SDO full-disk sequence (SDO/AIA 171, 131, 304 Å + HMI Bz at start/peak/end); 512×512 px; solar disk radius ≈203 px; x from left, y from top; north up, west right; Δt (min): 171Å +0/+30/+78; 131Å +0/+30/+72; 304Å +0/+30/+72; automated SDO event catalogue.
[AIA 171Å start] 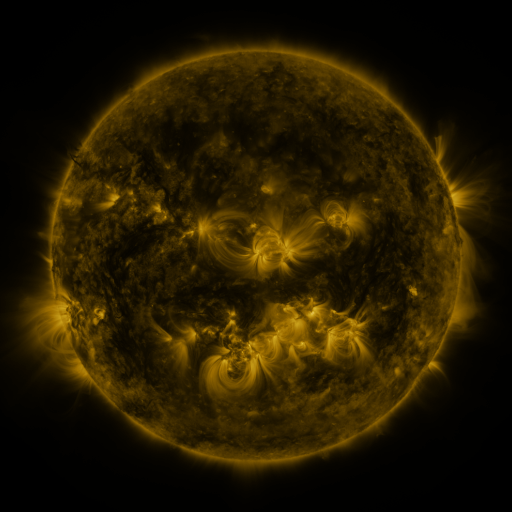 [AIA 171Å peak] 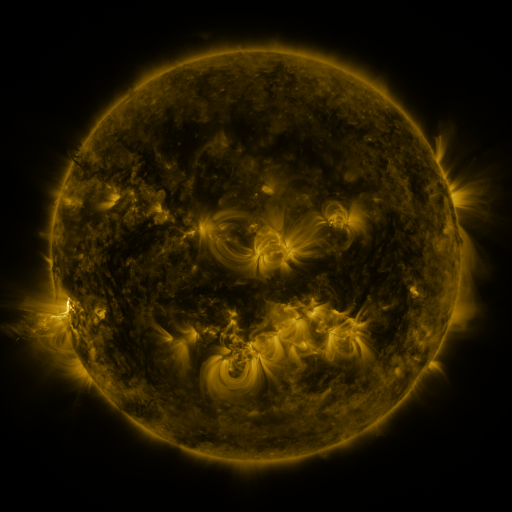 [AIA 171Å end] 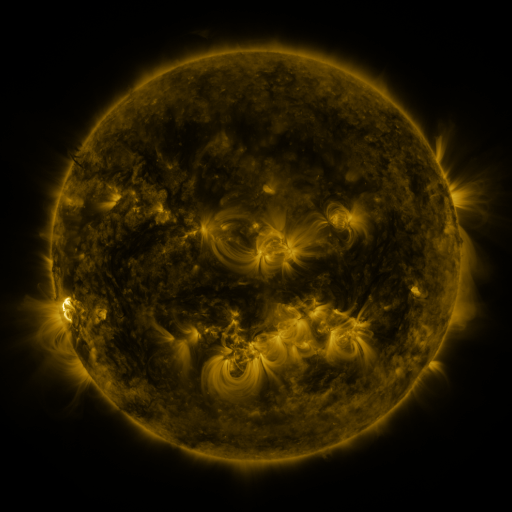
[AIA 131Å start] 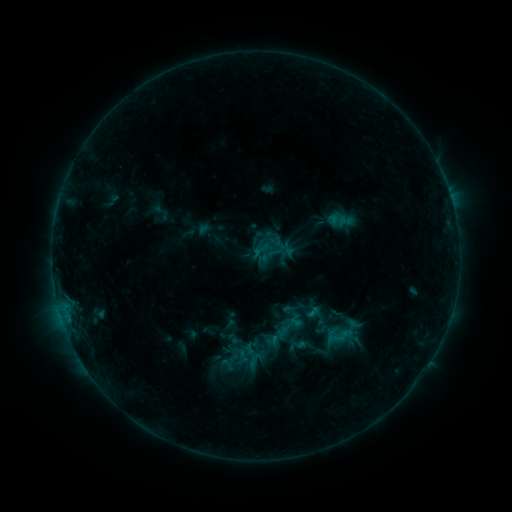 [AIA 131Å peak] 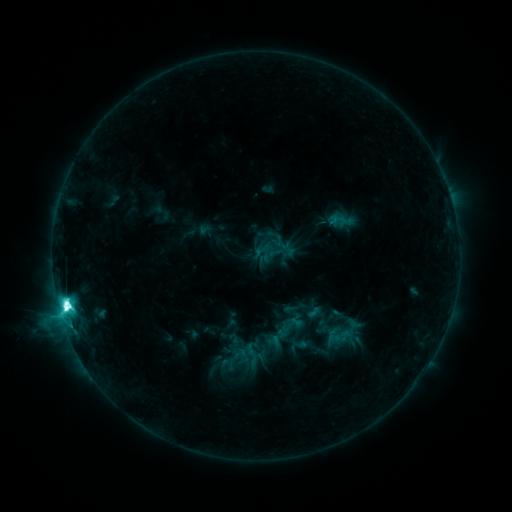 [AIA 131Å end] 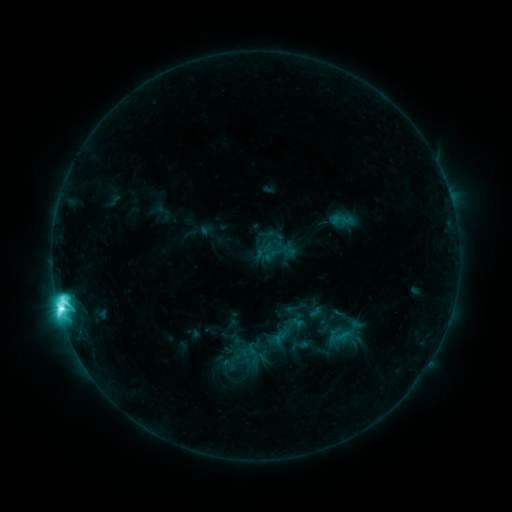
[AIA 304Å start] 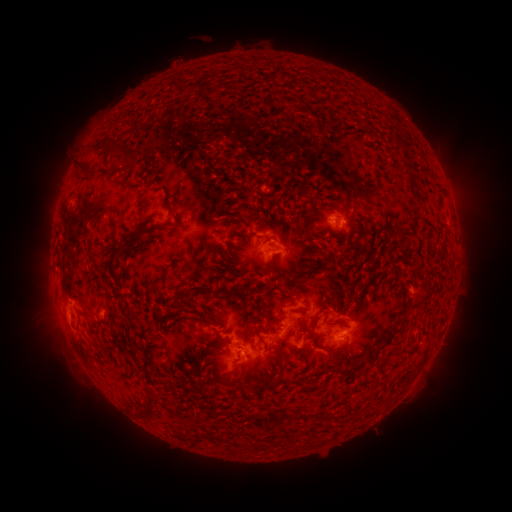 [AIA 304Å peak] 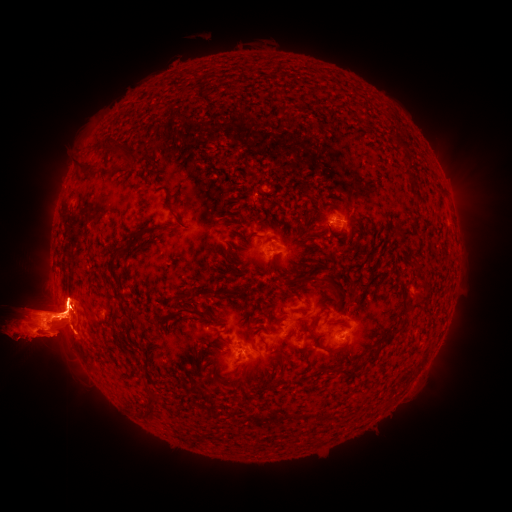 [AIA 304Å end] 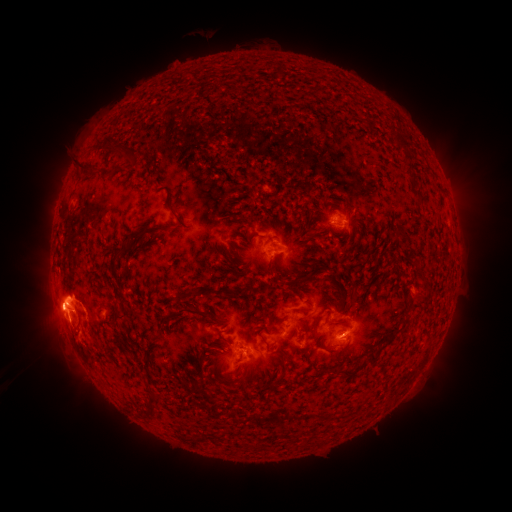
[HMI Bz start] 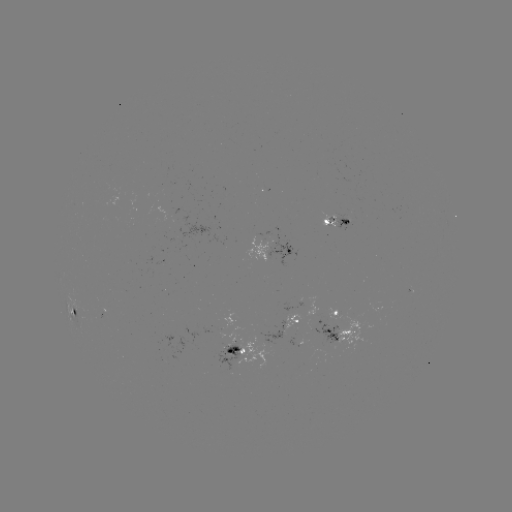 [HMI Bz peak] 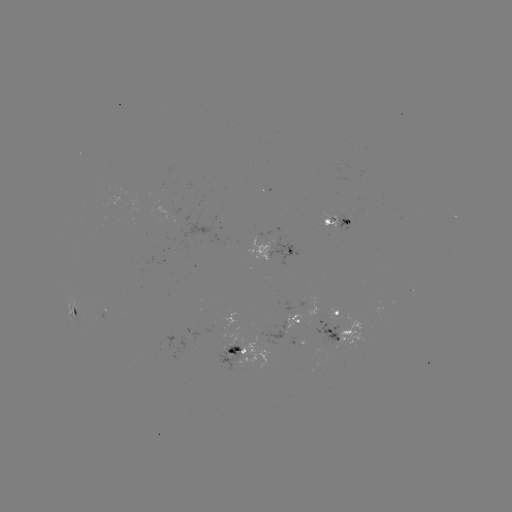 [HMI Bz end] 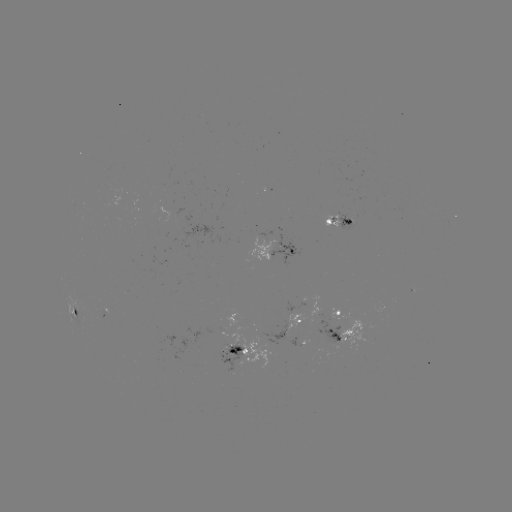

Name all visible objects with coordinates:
M2.9 flare: (67, 306)
